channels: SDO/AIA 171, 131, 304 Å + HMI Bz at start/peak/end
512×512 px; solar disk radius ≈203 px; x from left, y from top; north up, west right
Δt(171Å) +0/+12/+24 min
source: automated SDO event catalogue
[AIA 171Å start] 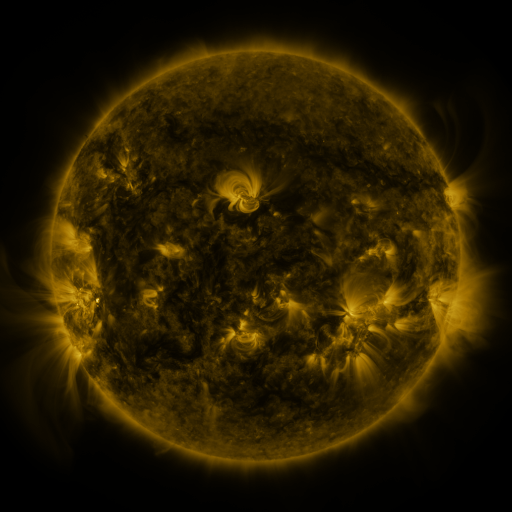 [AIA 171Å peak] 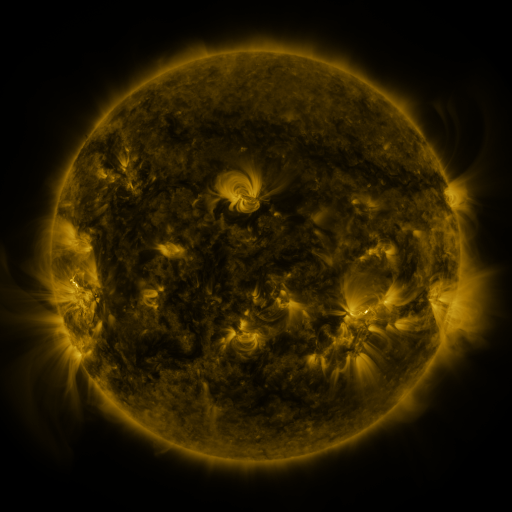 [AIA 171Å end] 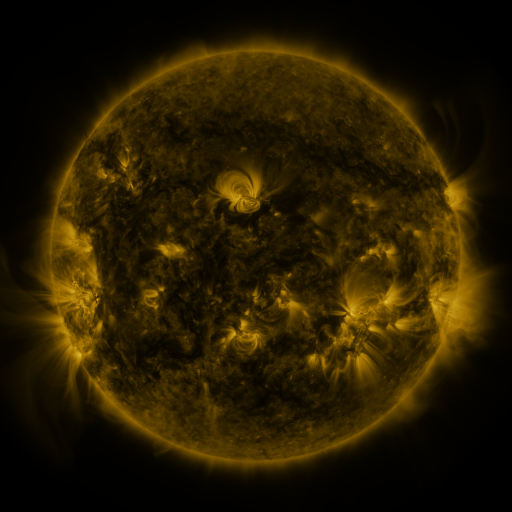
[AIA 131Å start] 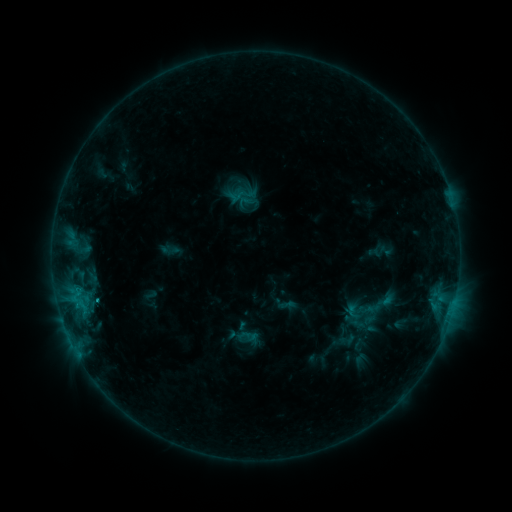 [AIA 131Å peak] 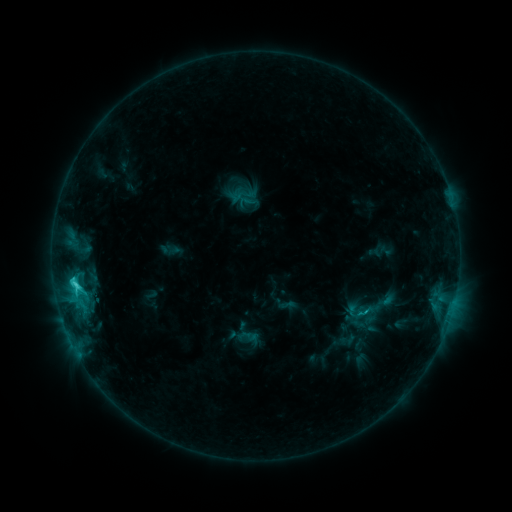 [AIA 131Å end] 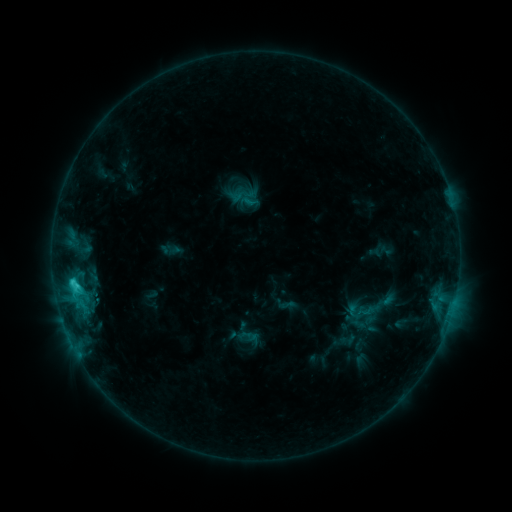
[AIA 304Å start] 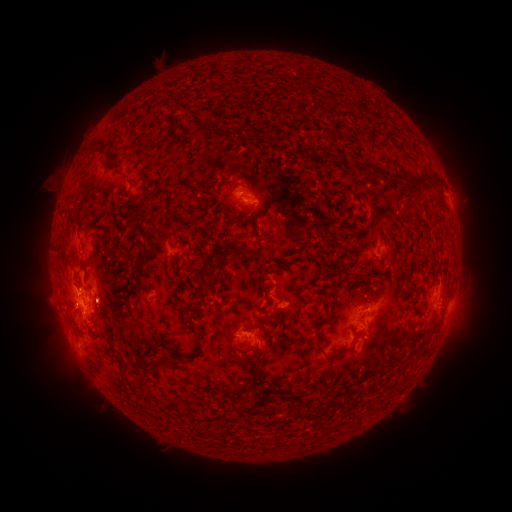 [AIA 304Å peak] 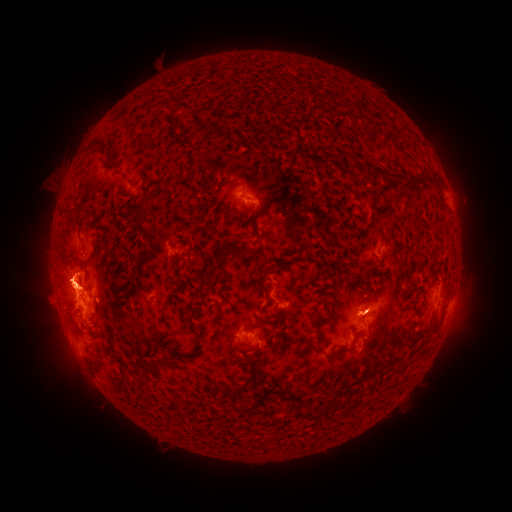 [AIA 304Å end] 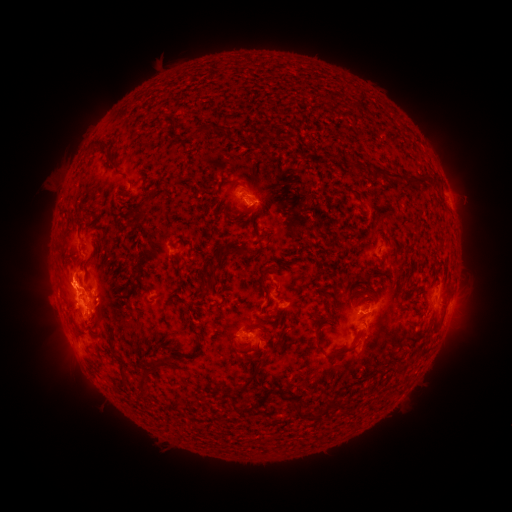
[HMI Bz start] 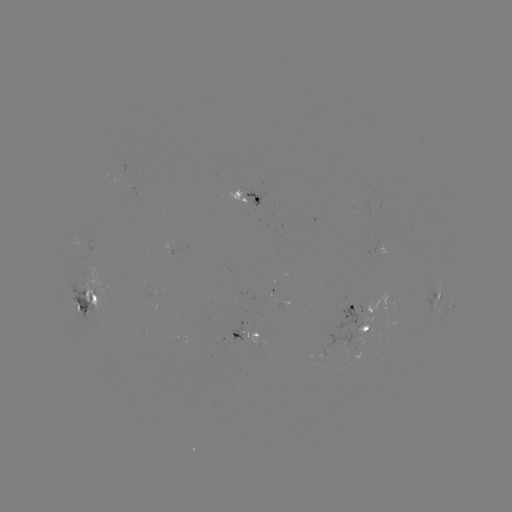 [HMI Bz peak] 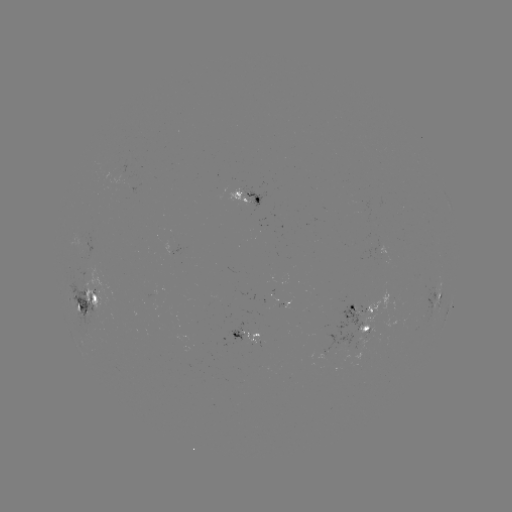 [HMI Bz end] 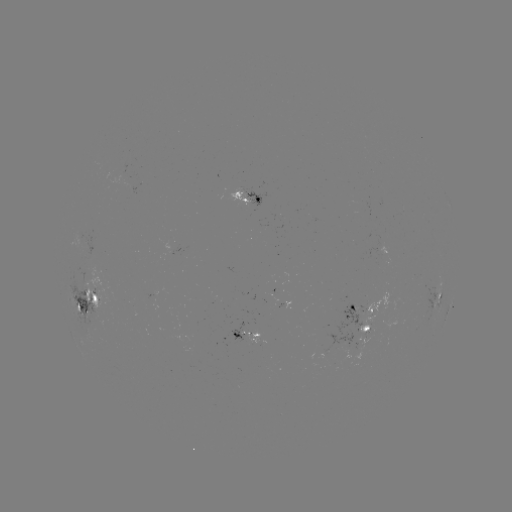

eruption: (30, 244, 96, 306)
